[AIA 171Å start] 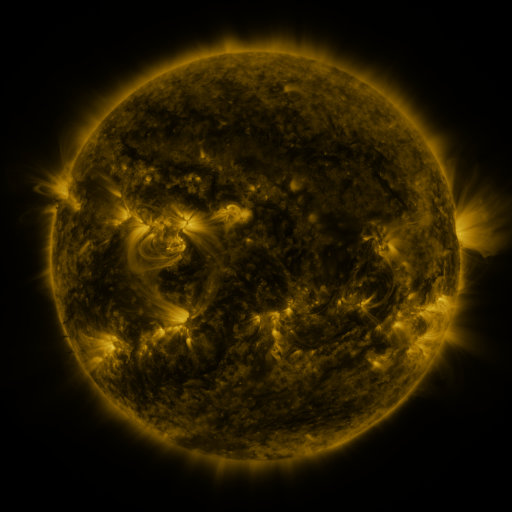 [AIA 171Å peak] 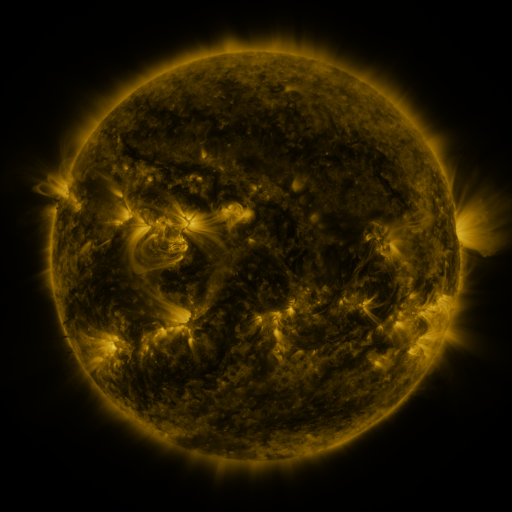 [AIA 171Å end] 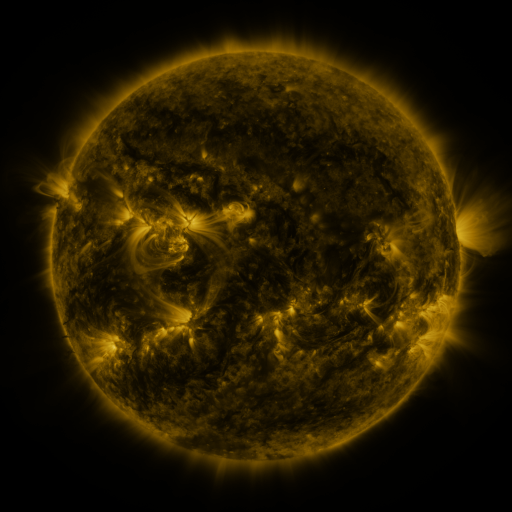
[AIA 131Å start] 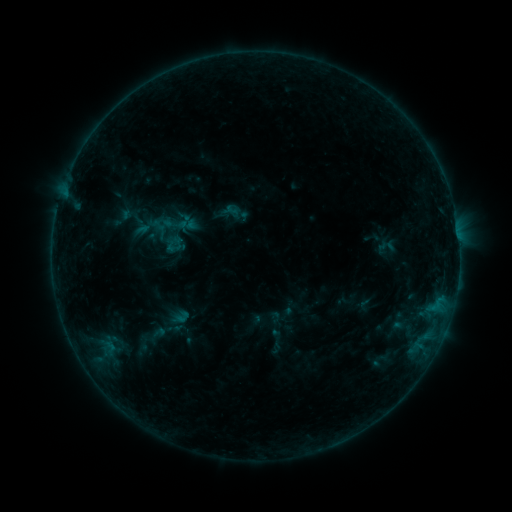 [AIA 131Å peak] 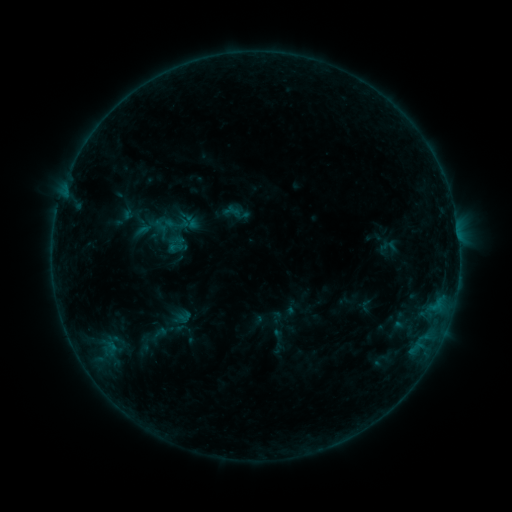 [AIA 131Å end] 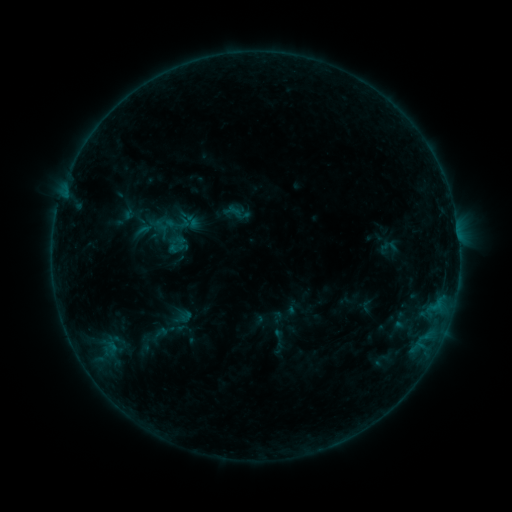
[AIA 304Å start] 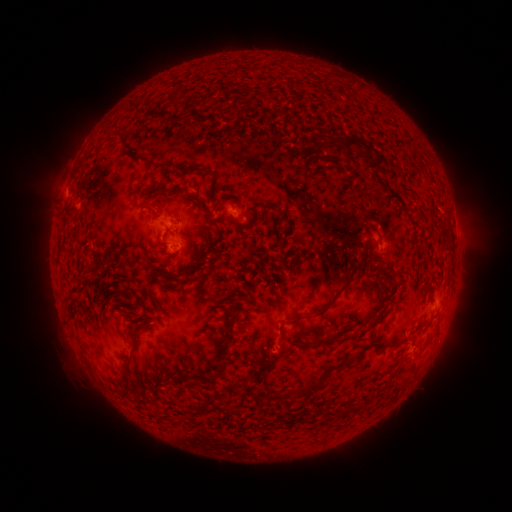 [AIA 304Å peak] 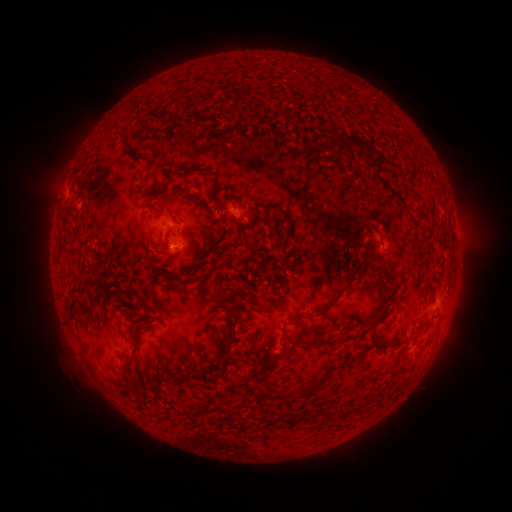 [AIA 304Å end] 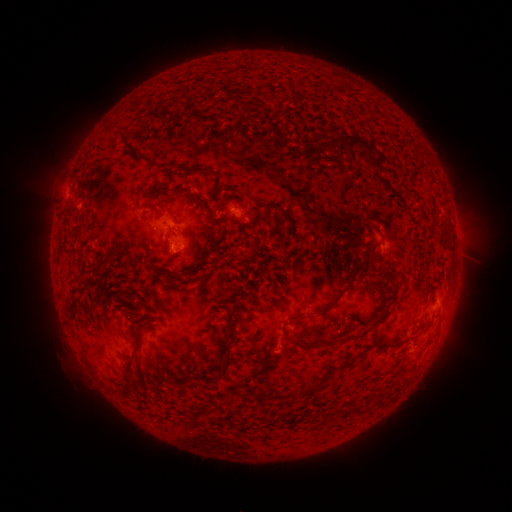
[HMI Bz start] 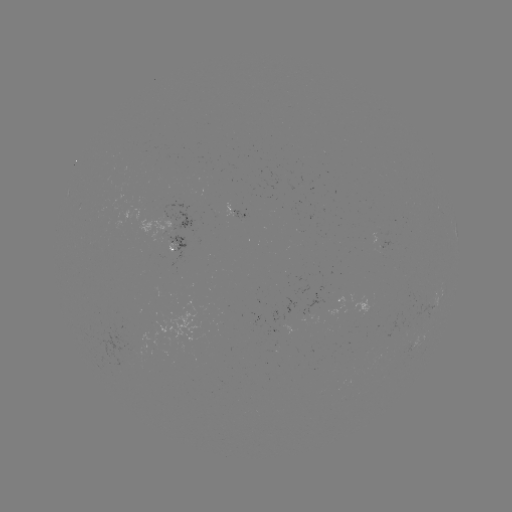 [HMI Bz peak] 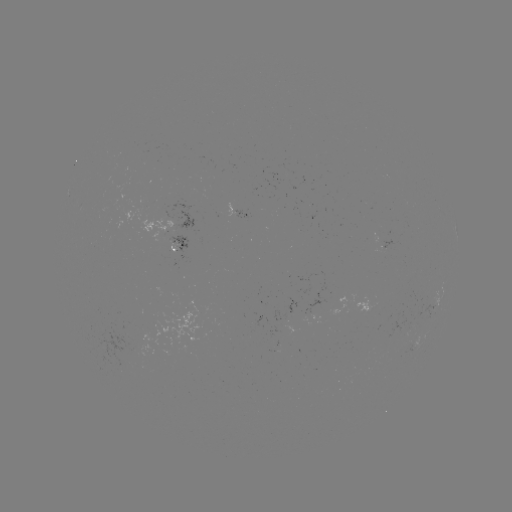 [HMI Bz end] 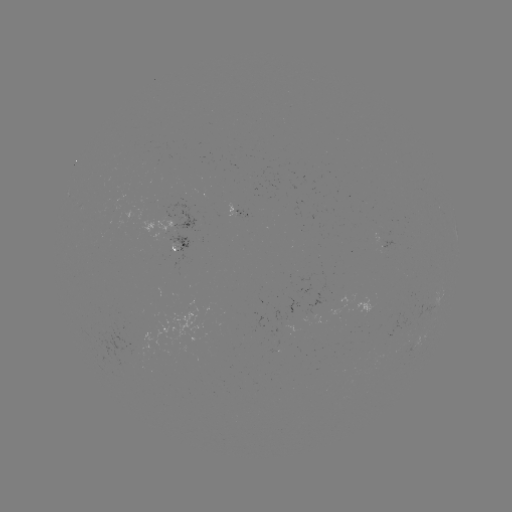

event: emerging-flux region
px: (130, 346)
